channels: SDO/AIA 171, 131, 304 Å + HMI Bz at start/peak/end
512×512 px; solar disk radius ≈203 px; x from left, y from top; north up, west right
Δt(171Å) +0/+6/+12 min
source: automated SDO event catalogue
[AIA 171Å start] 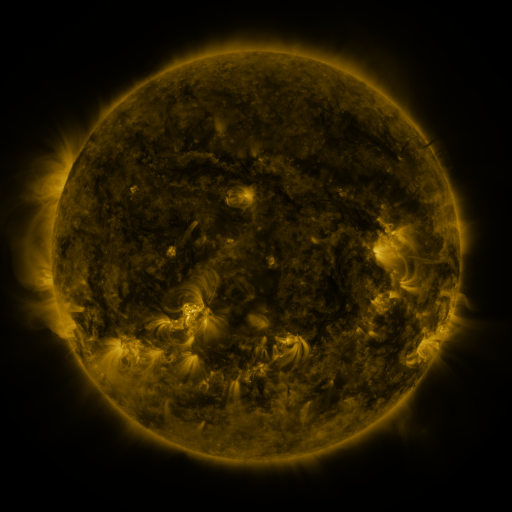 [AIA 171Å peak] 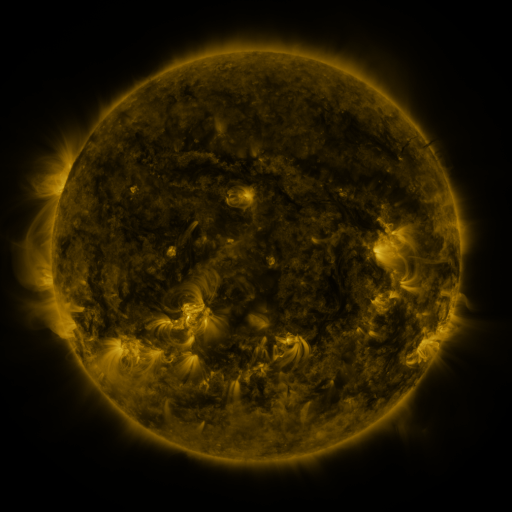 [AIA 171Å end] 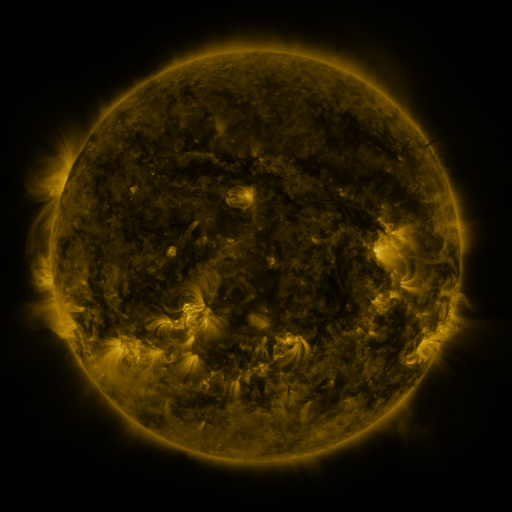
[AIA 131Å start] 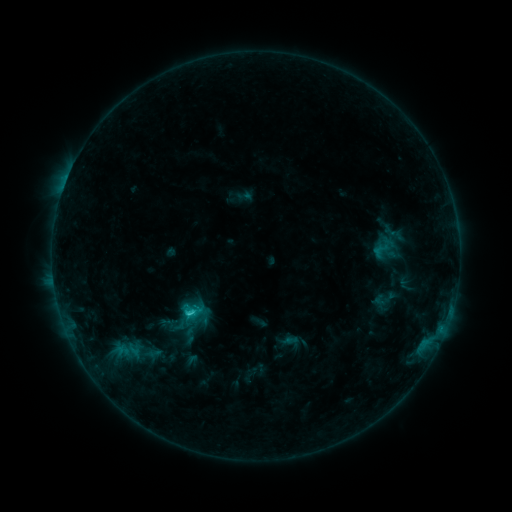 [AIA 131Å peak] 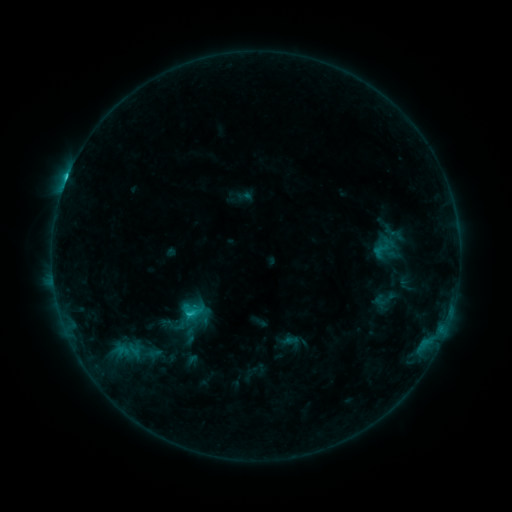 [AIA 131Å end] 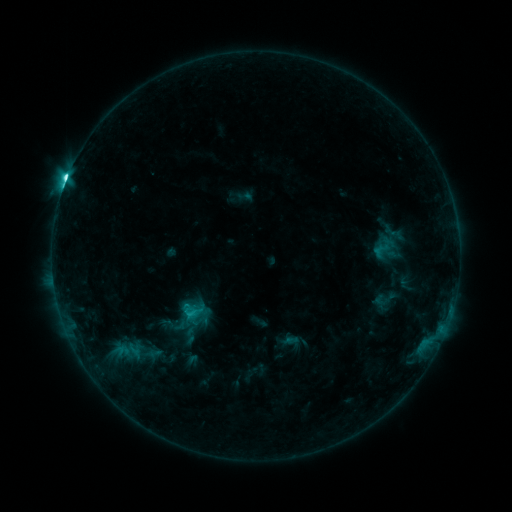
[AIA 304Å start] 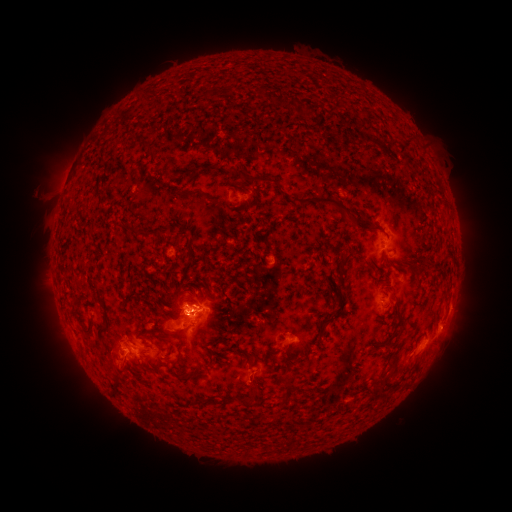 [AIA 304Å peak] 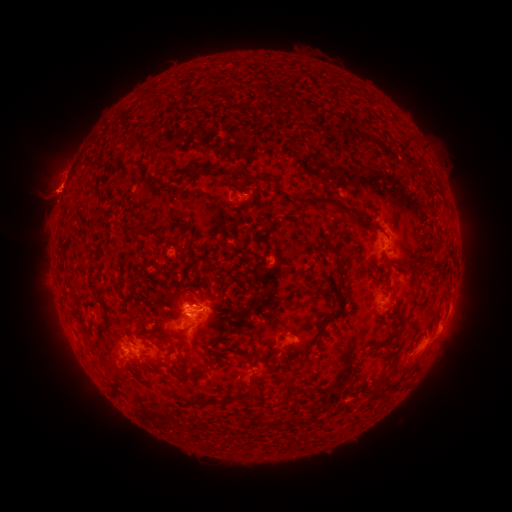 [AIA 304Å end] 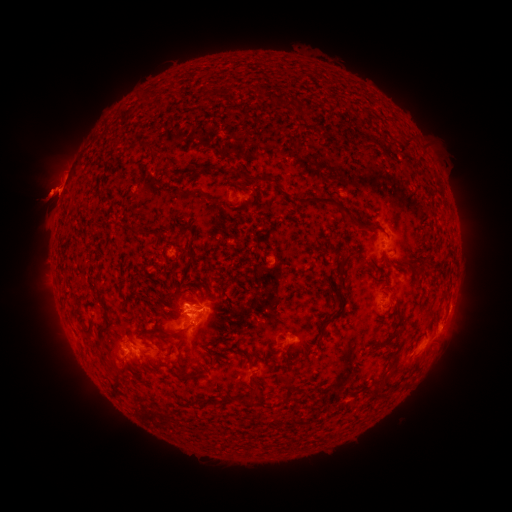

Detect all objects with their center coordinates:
eruption: (47, 240)
